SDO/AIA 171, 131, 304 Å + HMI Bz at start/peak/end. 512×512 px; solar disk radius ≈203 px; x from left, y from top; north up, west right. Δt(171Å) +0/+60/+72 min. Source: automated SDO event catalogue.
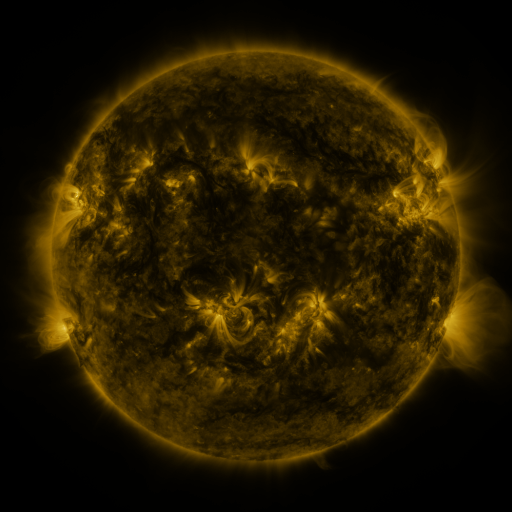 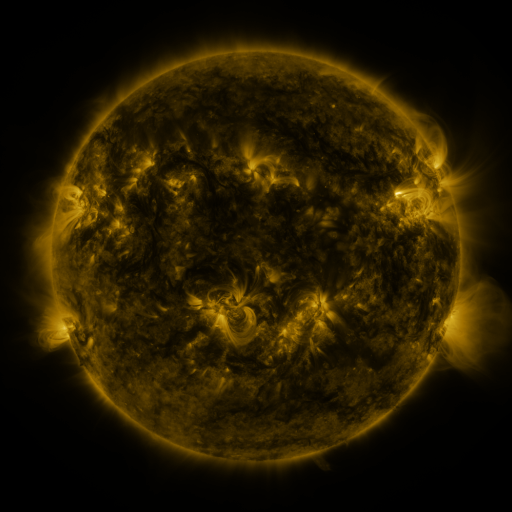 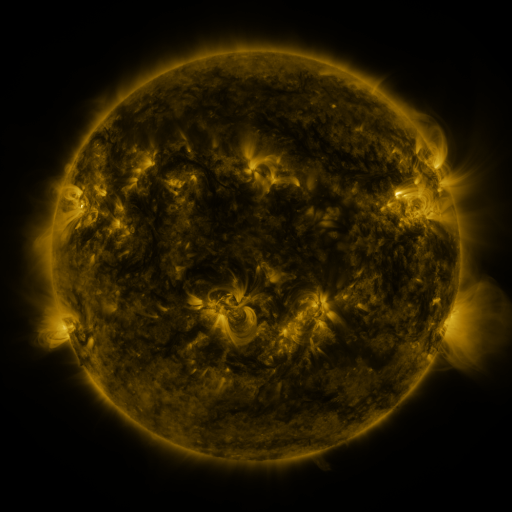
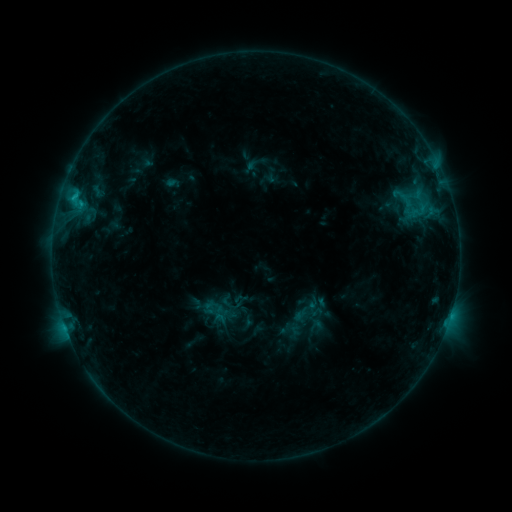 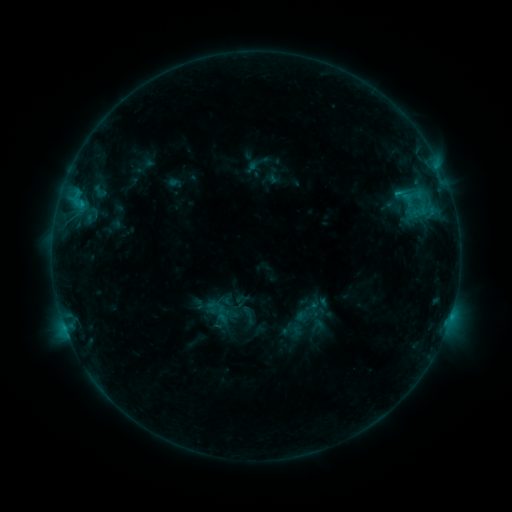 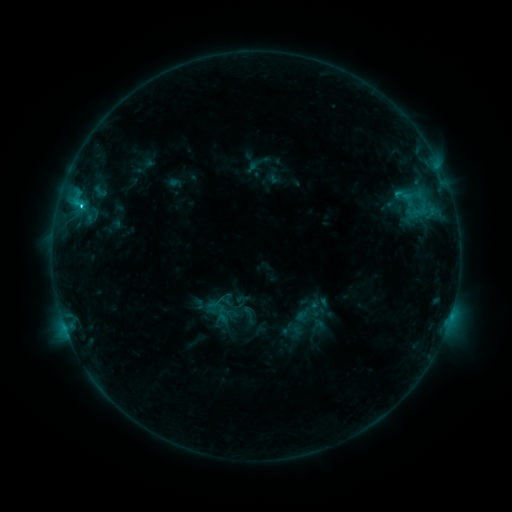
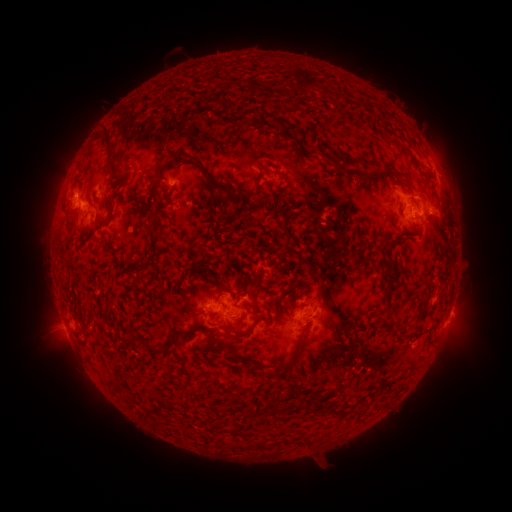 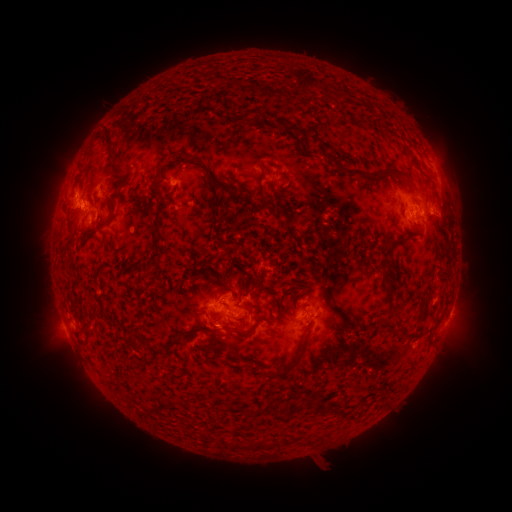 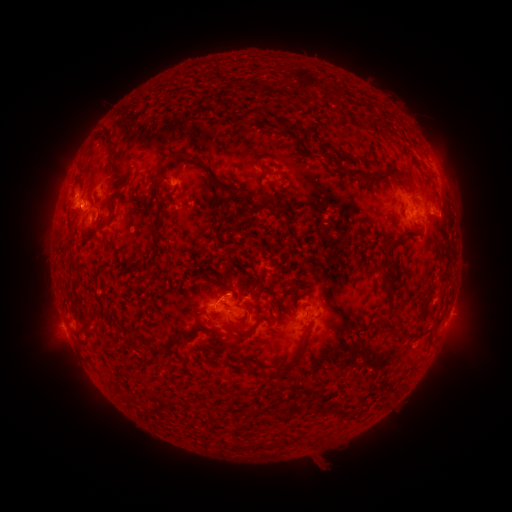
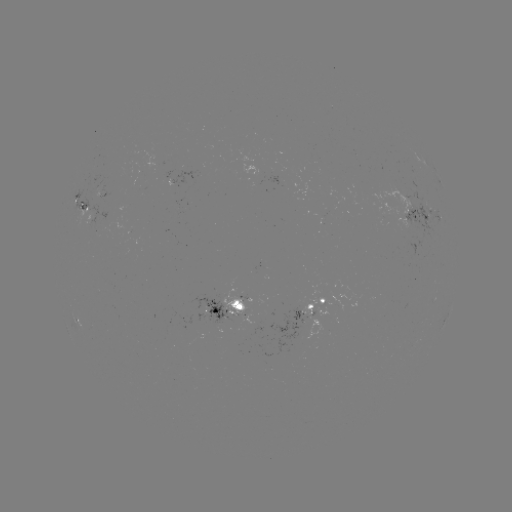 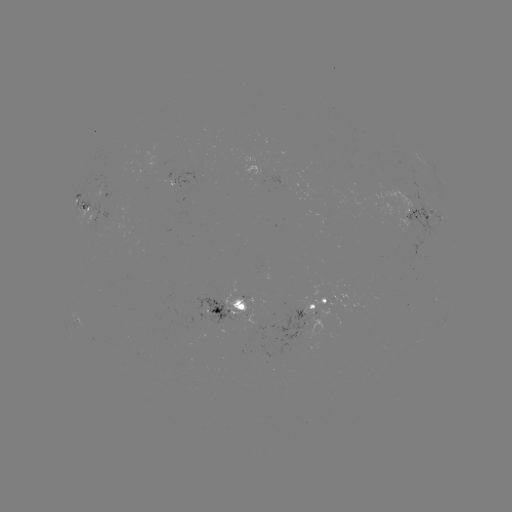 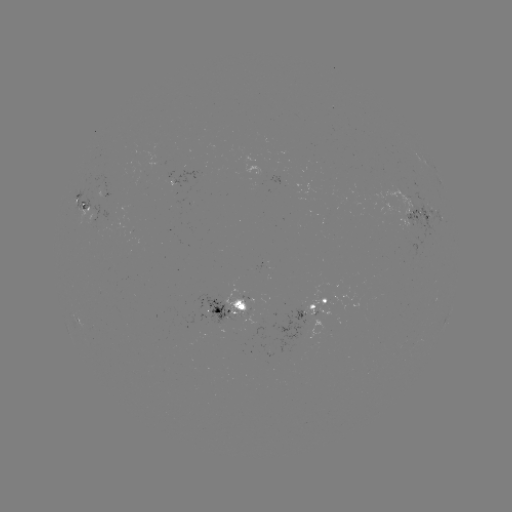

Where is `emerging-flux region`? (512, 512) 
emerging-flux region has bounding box [375, 187, 427, 215].